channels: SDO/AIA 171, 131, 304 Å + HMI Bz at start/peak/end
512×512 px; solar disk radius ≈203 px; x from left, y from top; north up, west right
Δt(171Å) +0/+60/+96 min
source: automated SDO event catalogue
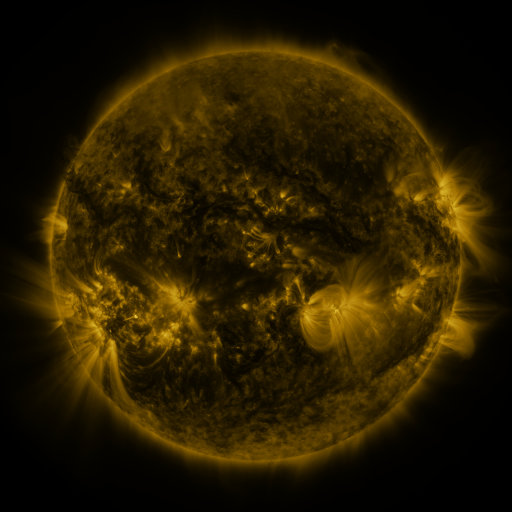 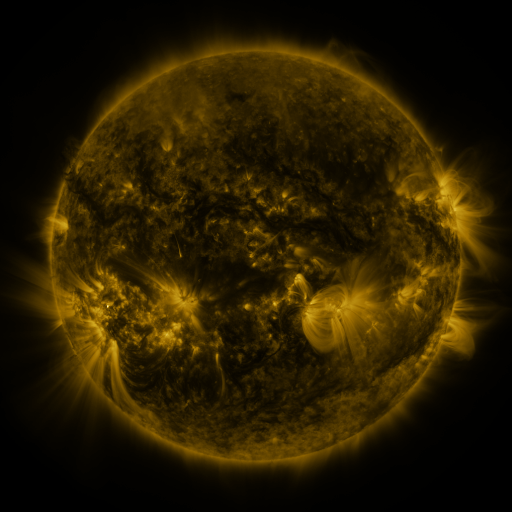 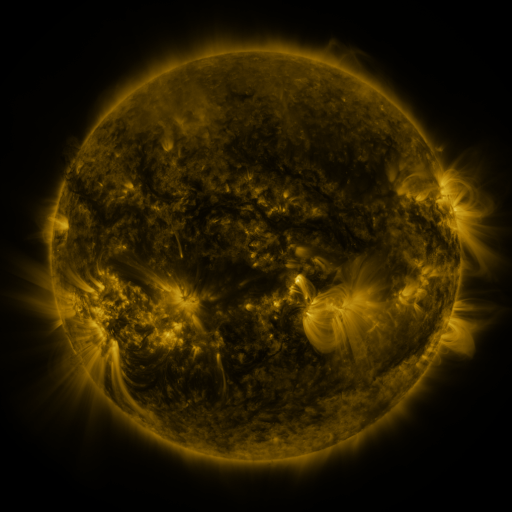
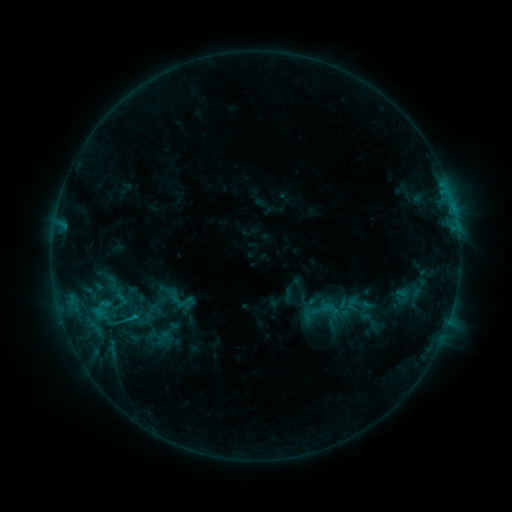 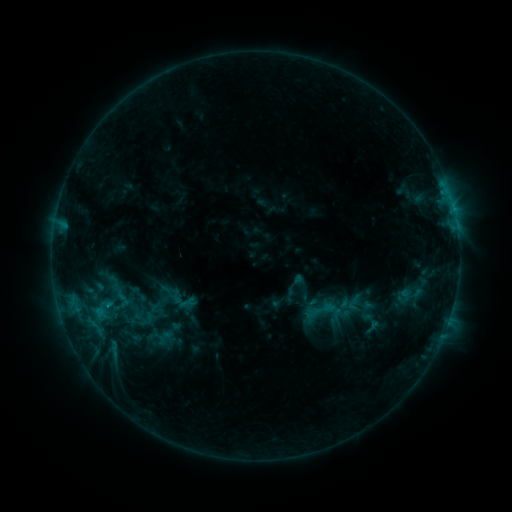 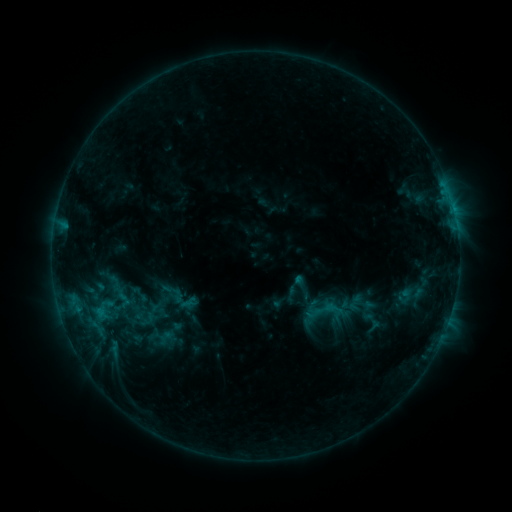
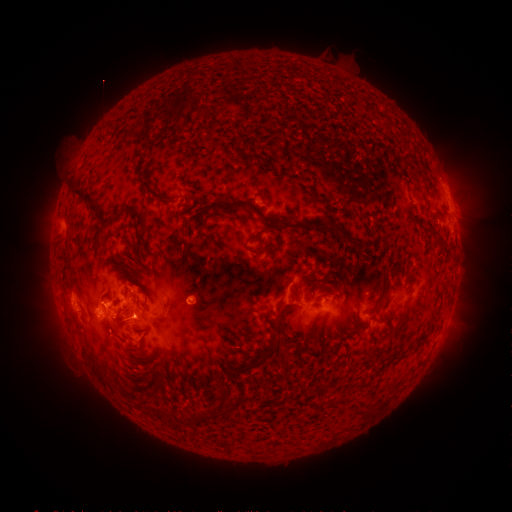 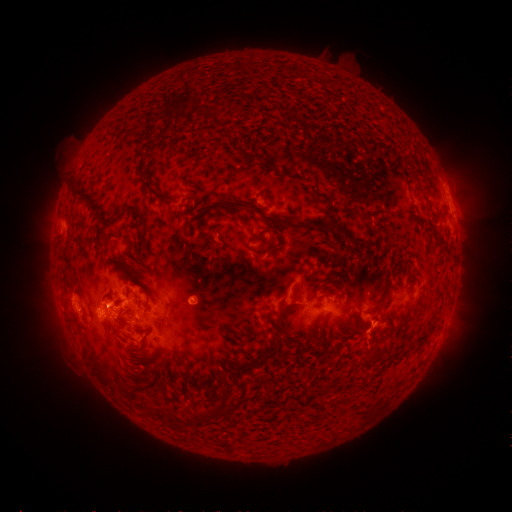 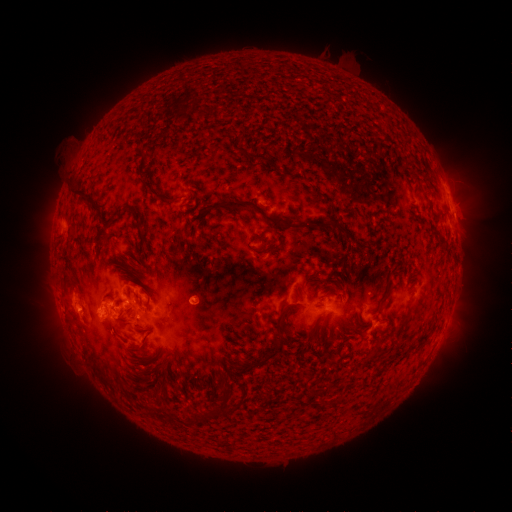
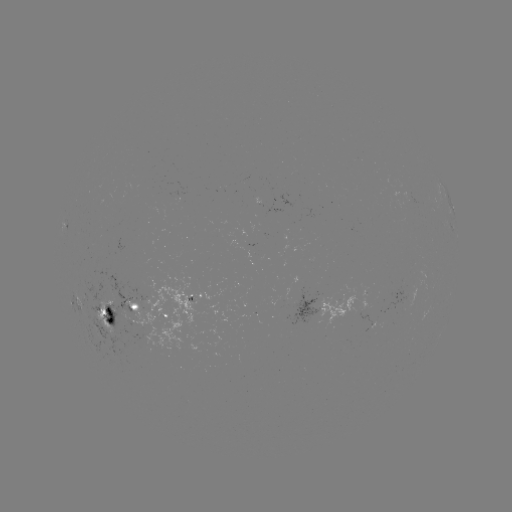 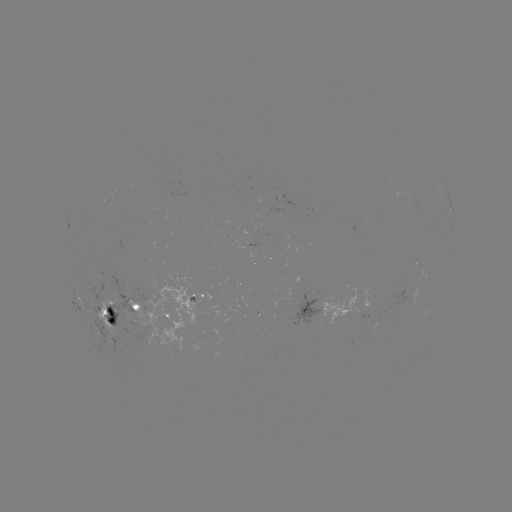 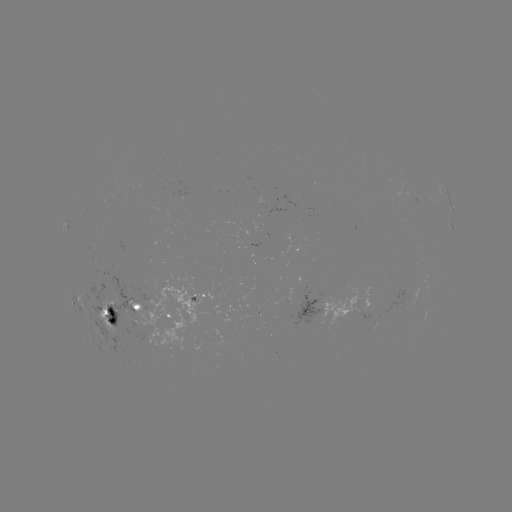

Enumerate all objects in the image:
emerging-flux region: (147, 318)
